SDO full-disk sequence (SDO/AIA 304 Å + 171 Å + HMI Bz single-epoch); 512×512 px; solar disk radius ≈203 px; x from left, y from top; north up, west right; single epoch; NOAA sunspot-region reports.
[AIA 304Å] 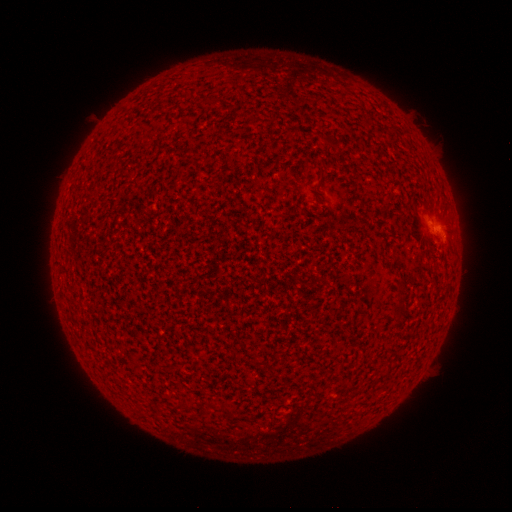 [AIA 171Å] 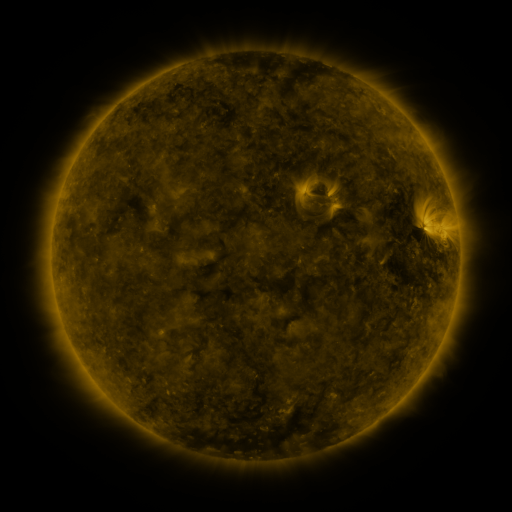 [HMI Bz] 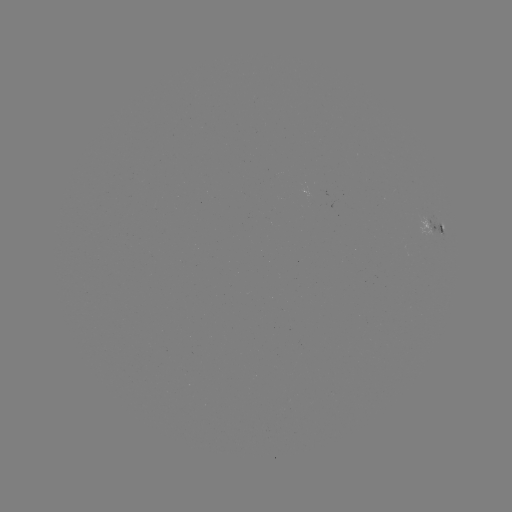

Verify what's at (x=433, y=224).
spotted active region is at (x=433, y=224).